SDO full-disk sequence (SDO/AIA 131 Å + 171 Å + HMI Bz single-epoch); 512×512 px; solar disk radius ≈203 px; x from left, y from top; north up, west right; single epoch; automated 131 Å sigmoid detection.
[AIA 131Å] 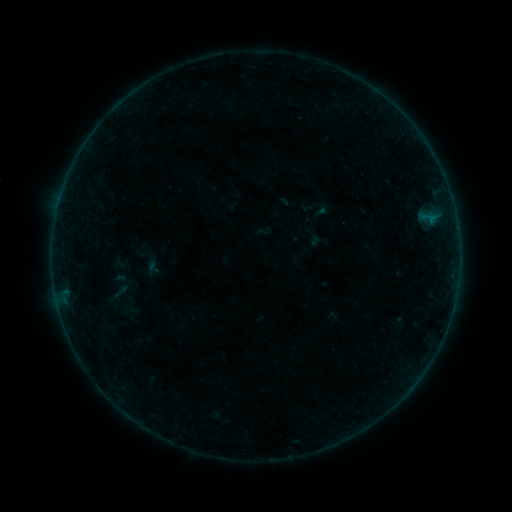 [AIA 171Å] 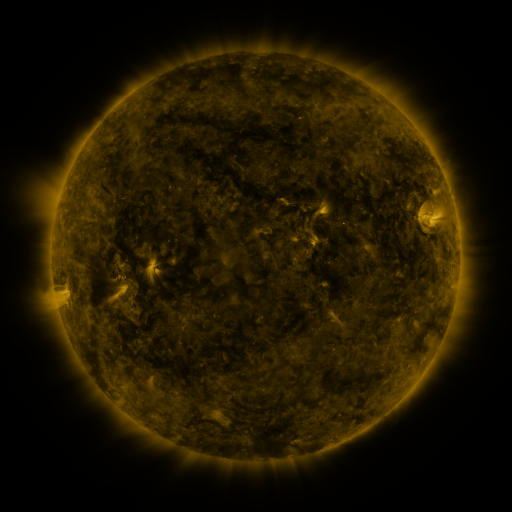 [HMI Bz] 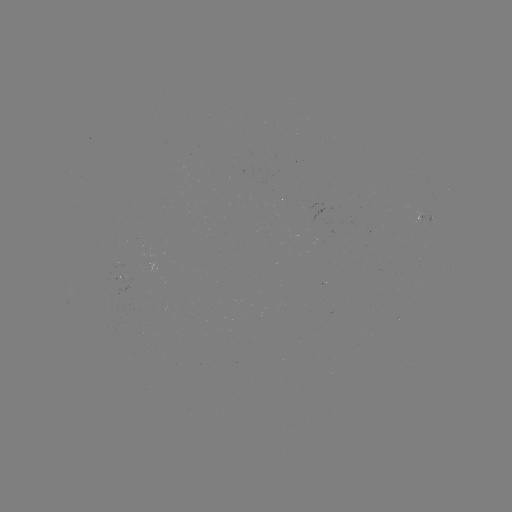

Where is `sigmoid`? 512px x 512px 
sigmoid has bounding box [139, 258, 163, 279].